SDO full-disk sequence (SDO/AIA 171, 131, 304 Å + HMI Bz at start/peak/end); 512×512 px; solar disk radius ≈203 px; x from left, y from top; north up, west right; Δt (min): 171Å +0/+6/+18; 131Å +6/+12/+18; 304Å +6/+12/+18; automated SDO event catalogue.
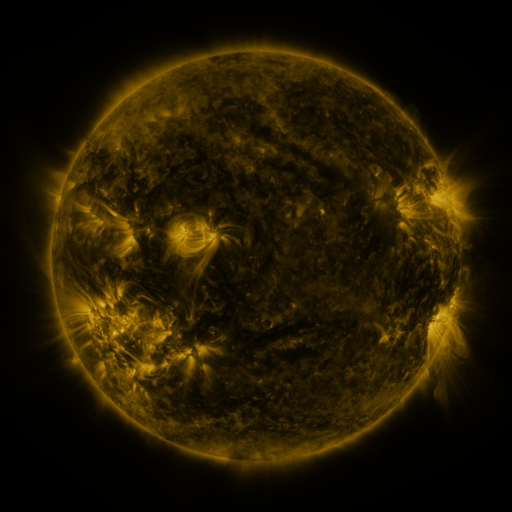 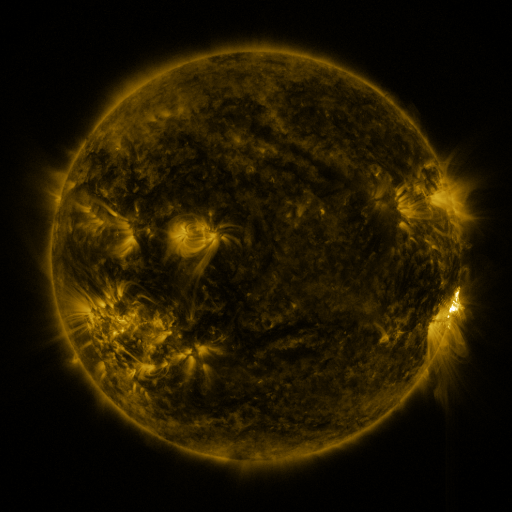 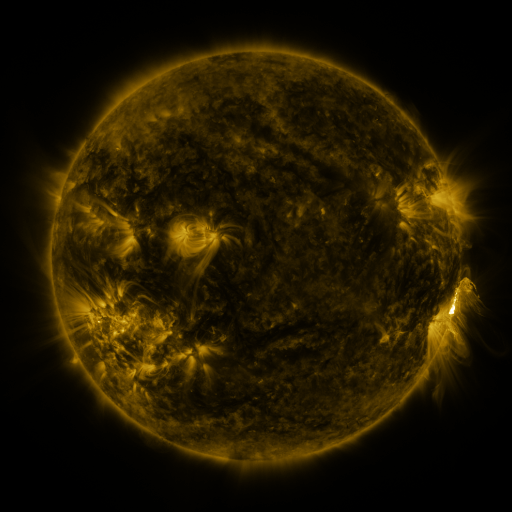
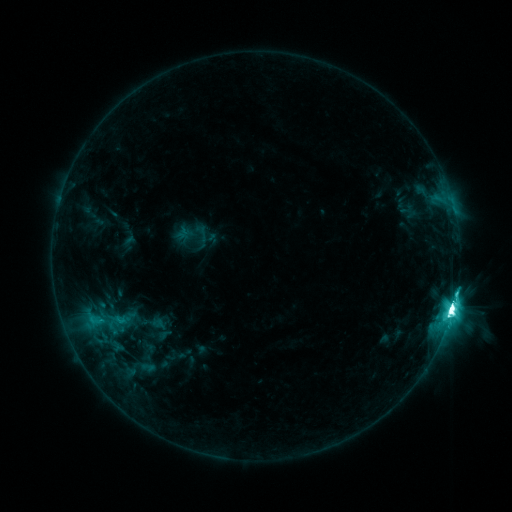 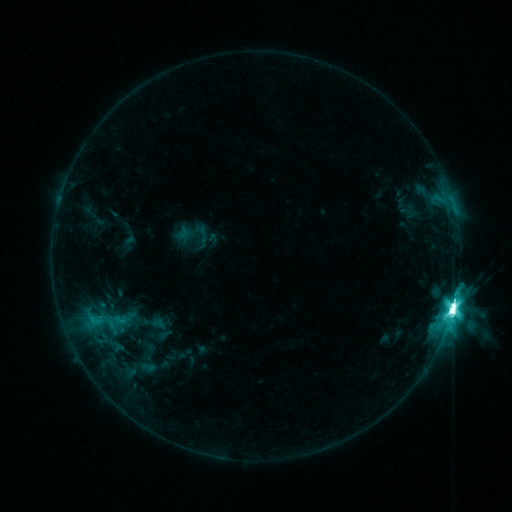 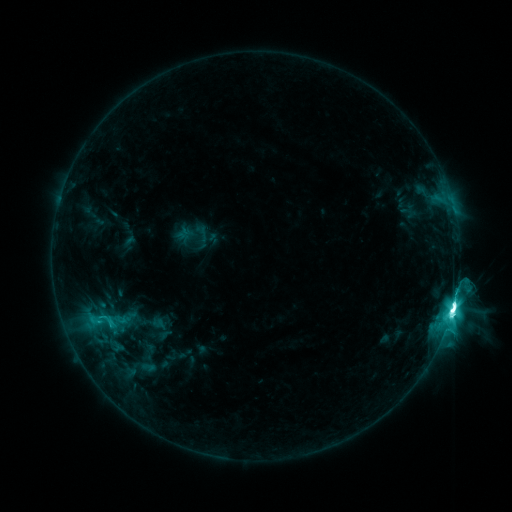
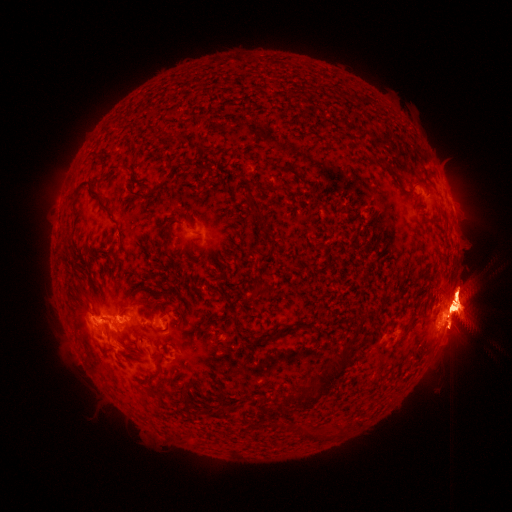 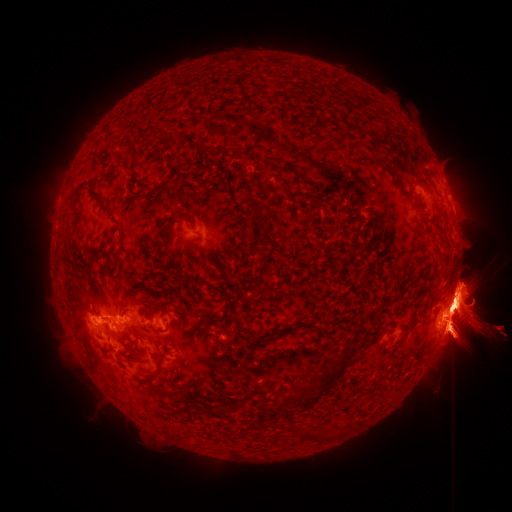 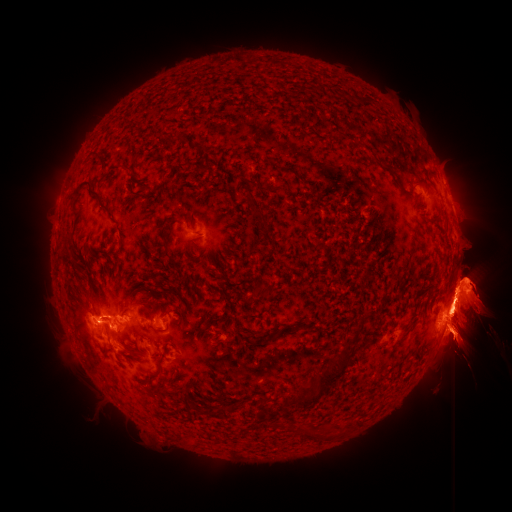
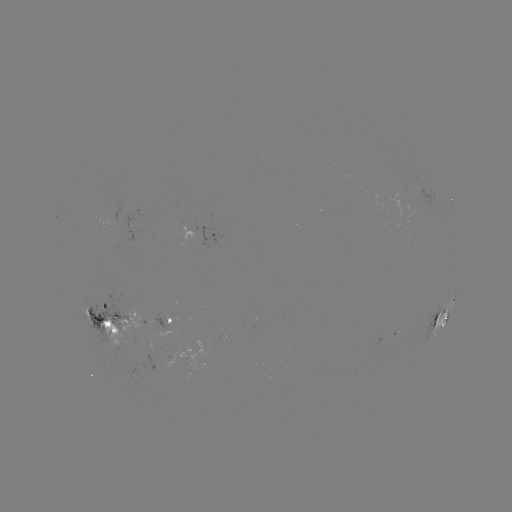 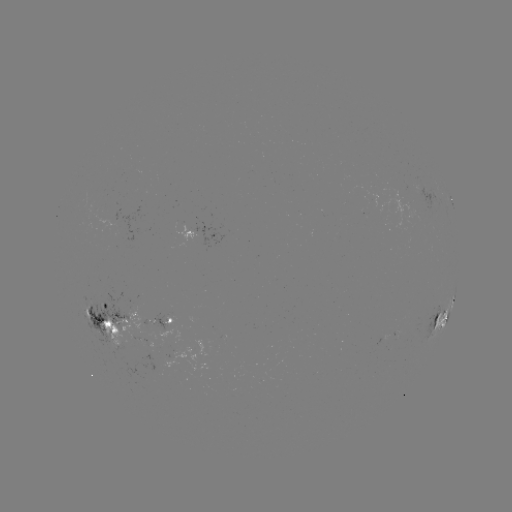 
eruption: <bbox>164, 192, 230, 271</bbox>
